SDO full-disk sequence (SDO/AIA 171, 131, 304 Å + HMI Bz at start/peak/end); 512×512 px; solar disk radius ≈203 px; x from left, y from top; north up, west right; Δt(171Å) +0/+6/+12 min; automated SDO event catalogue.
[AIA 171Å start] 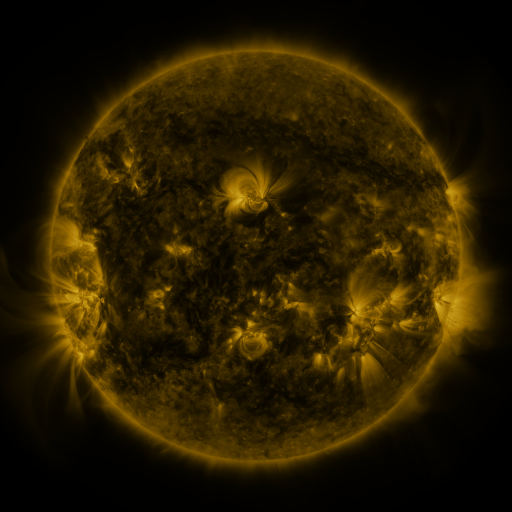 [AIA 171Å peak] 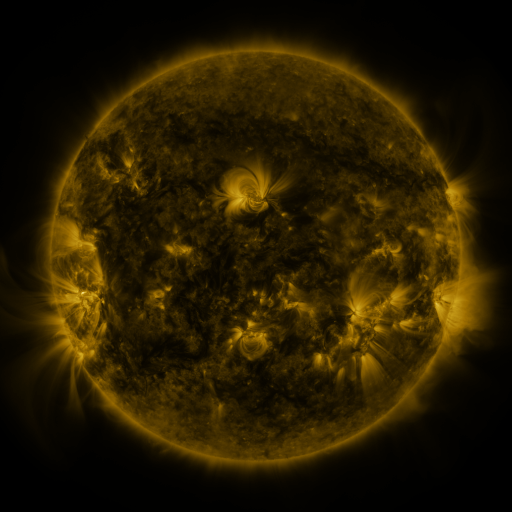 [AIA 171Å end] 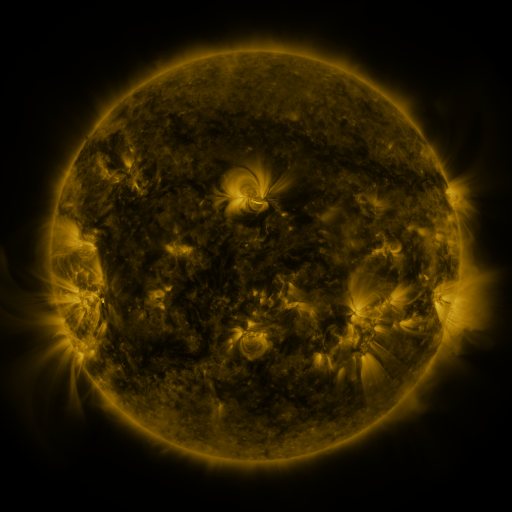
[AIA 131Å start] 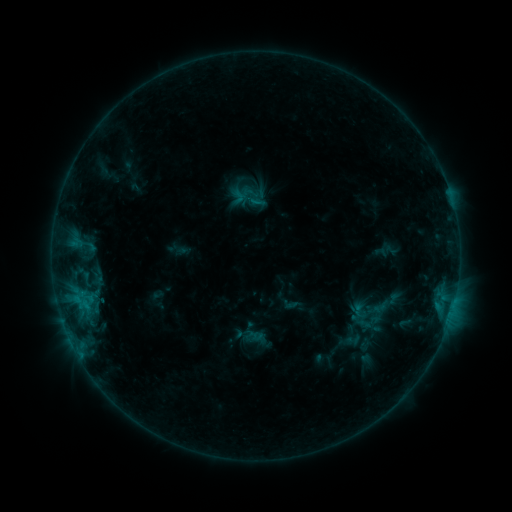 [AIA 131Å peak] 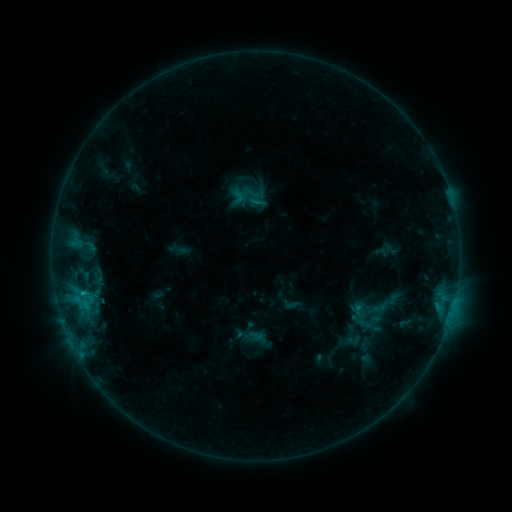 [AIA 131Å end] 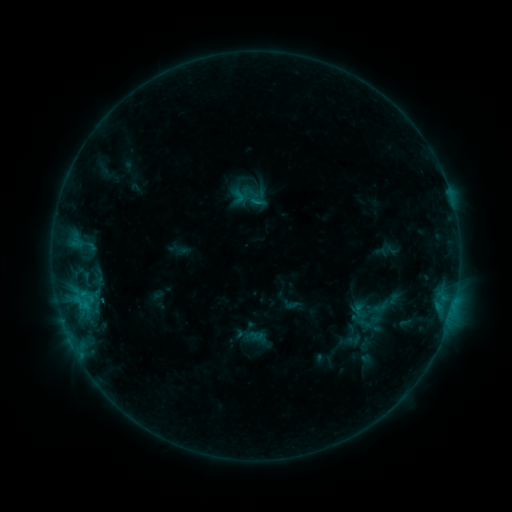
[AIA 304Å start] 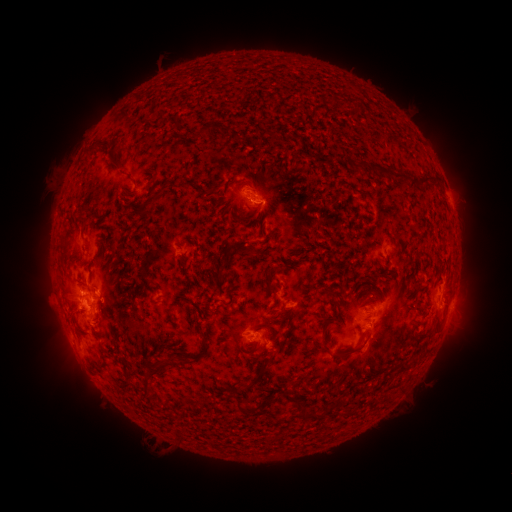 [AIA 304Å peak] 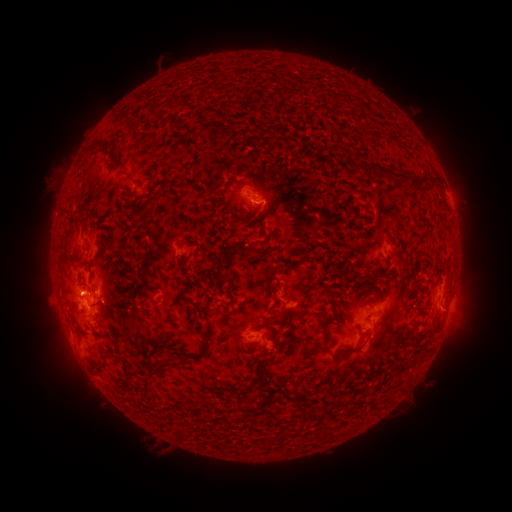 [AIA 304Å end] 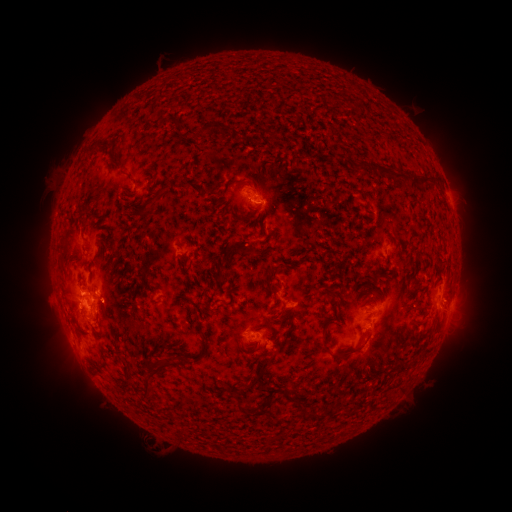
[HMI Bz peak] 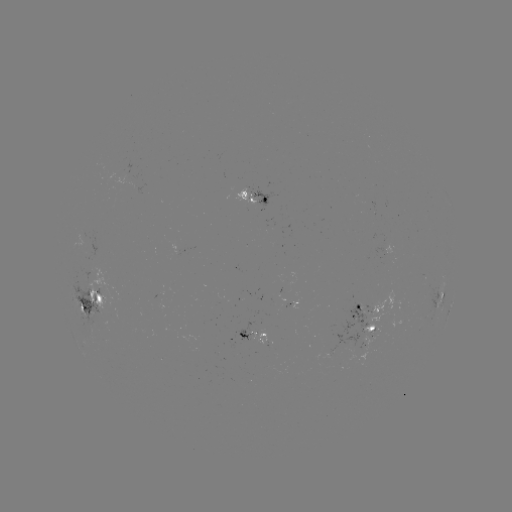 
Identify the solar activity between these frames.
B9.3 flare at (84, 291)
